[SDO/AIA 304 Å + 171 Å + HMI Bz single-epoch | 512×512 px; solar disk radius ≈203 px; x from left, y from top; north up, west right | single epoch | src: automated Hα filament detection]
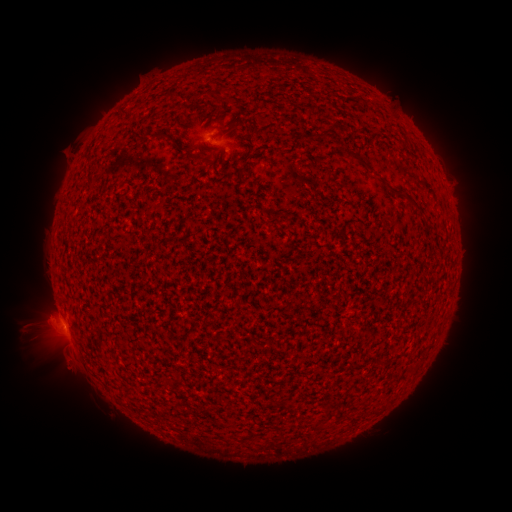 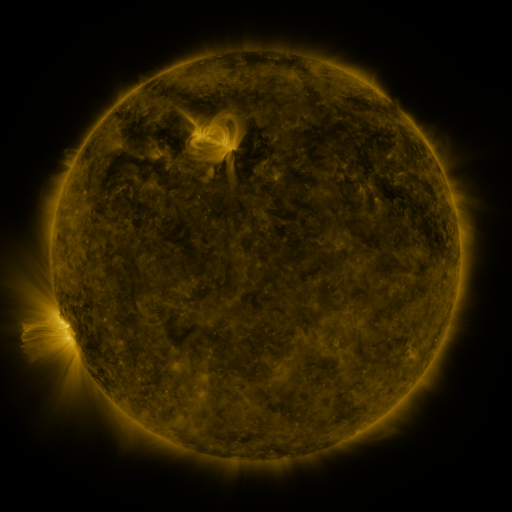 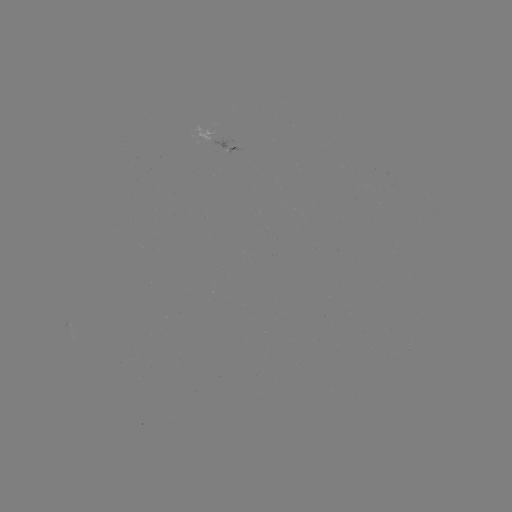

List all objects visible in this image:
filament: (222, 92)
filament: (329, 132)
filament: (356, 158)
filament: (401, 197)
